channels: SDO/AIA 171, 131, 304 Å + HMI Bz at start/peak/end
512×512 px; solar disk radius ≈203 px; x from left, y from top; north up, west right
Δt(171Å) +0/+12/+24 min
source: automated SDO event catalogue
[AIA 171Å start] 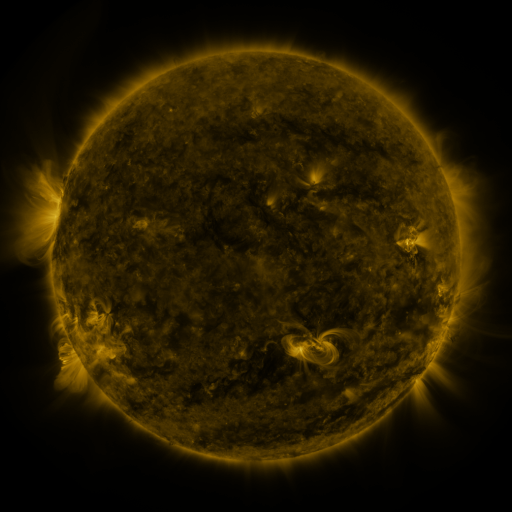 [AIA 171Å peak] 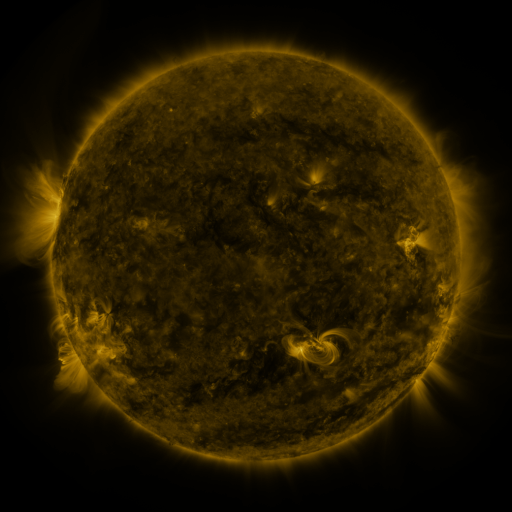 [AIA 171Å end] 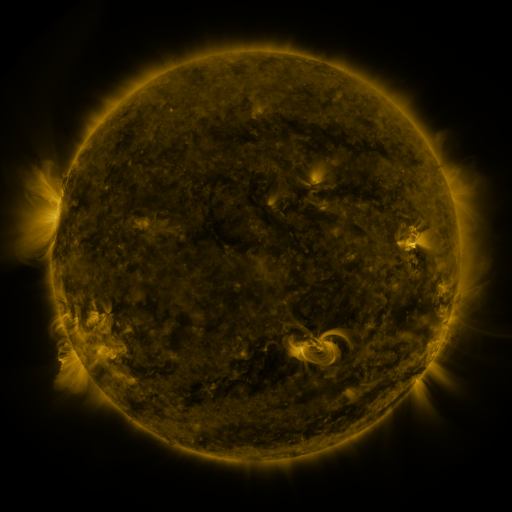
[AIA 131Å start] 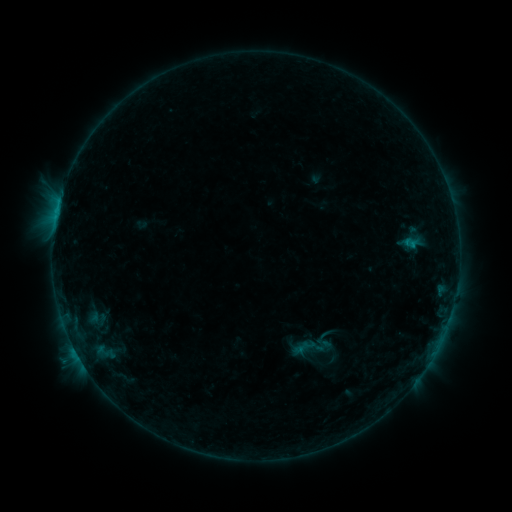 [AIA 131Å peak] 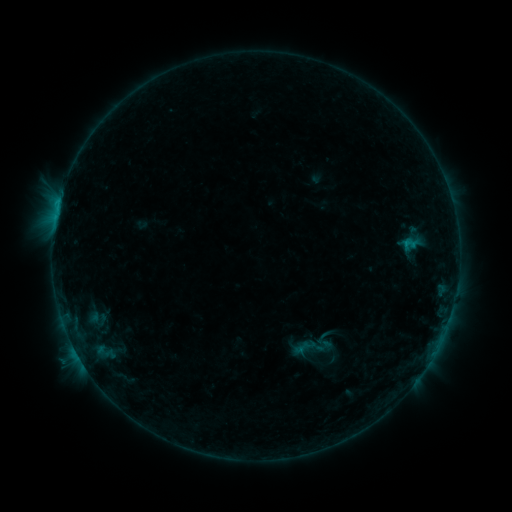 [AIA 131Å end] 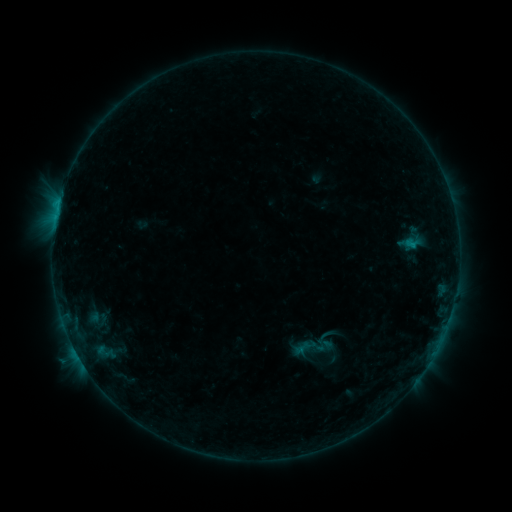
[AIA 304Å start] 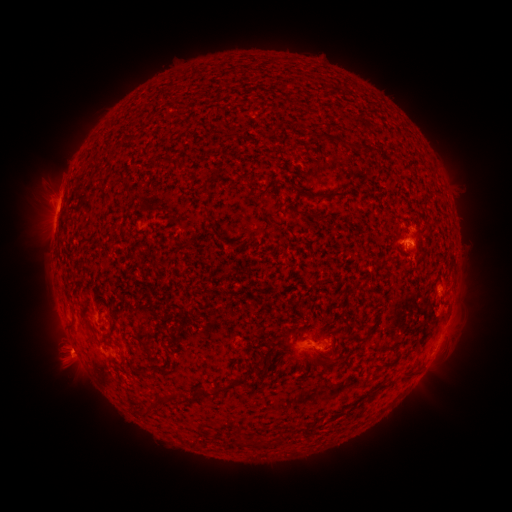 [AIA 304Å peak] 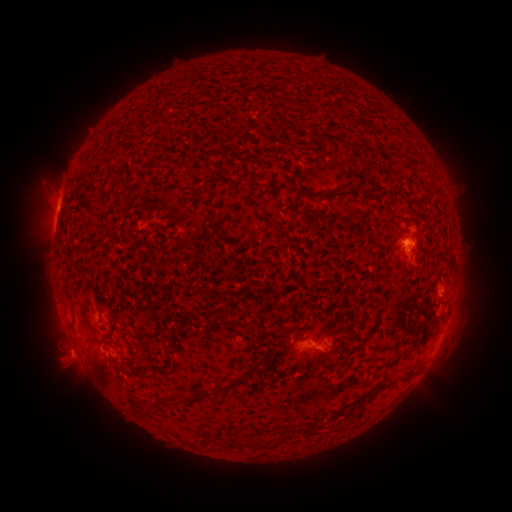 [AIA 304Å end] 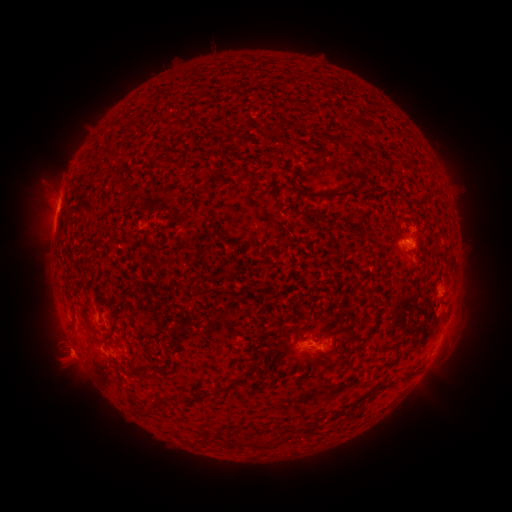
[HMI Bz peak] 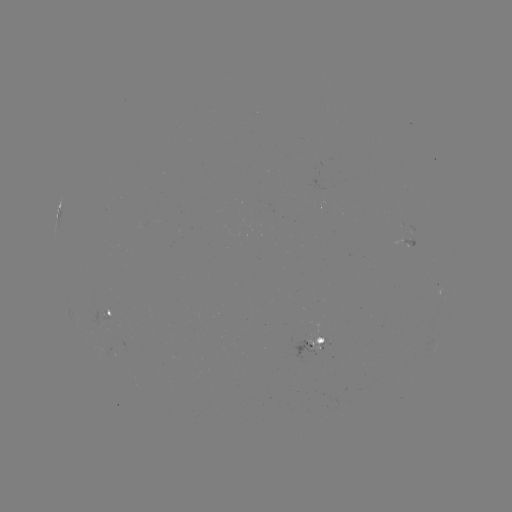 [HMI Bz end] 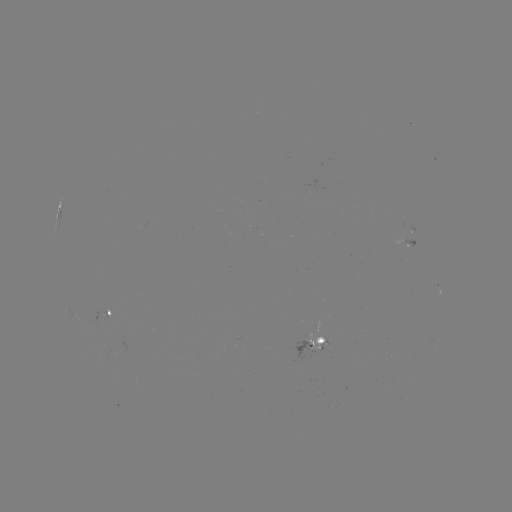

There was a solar eruption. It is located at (410, 252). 